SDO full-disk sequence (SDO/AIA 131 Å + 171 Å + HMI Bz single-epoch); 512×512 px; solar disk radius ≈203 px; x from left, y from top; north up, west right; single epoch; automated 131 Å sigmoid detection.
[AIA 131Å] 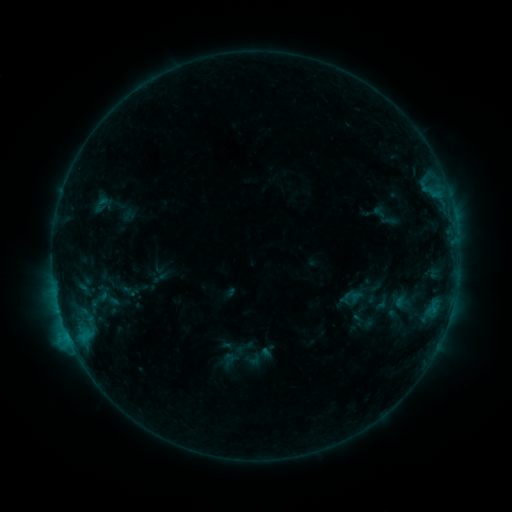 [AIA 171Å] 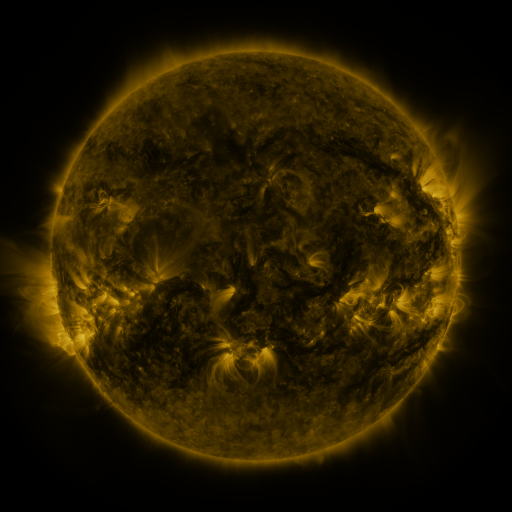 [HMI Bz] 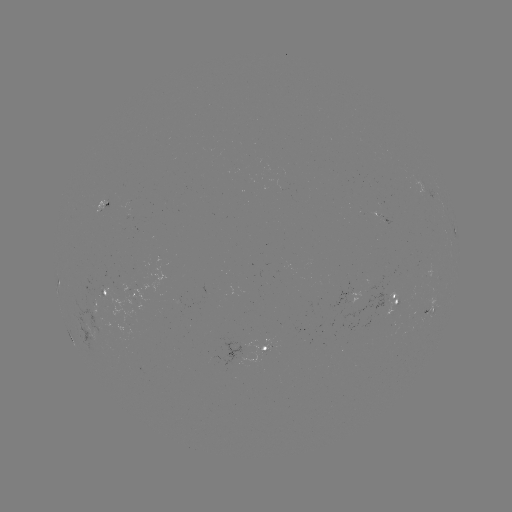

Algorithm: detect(sigmoid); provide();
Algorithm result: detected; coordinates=[253, 359]